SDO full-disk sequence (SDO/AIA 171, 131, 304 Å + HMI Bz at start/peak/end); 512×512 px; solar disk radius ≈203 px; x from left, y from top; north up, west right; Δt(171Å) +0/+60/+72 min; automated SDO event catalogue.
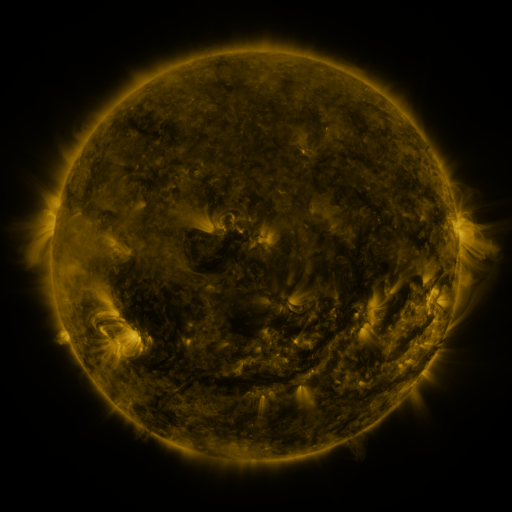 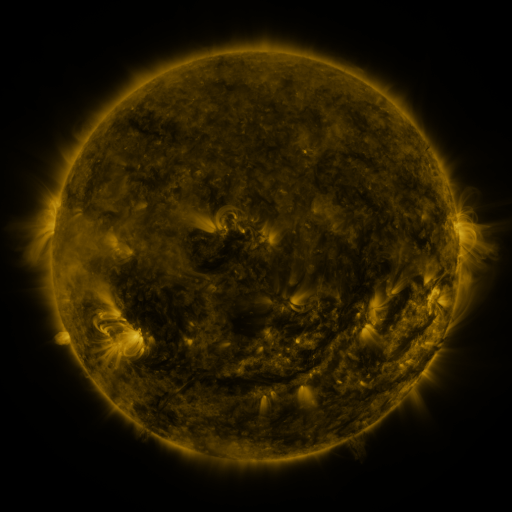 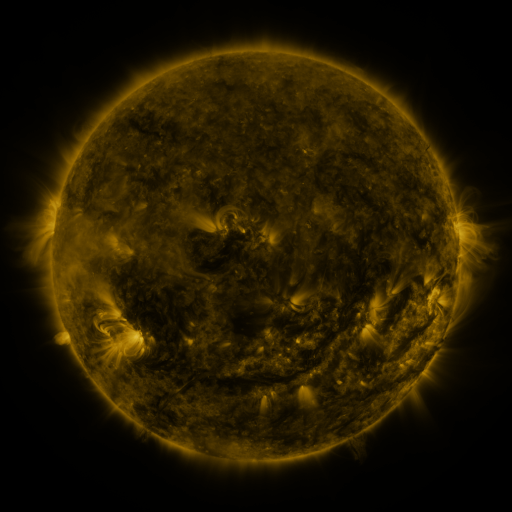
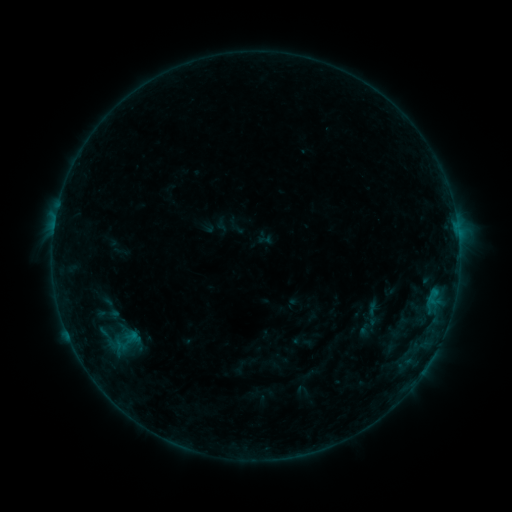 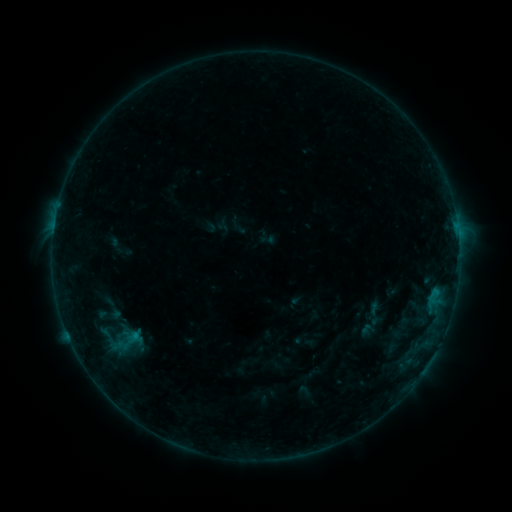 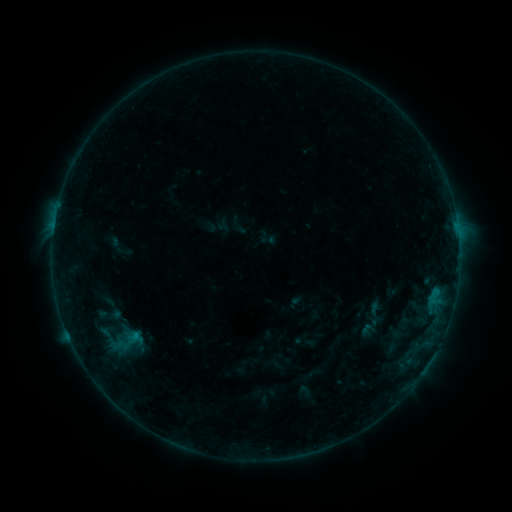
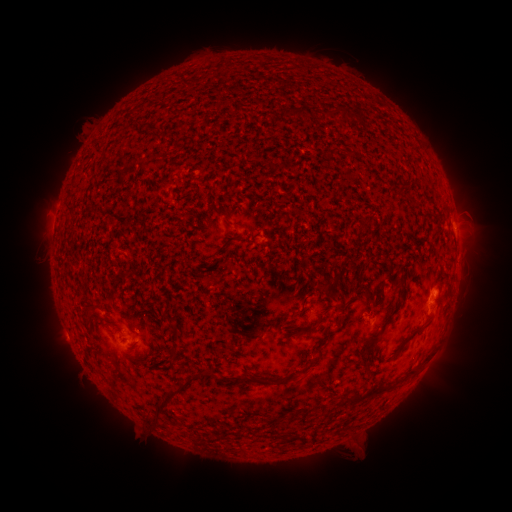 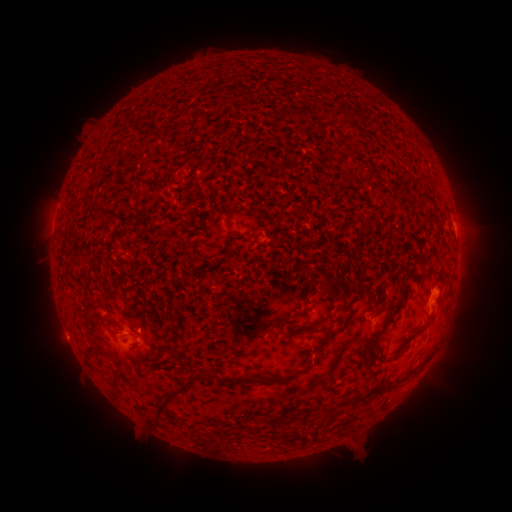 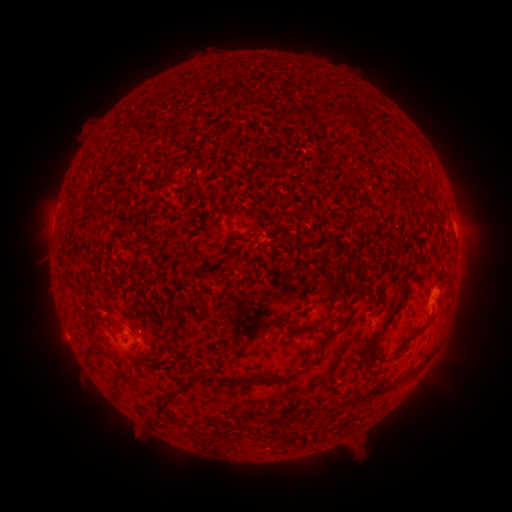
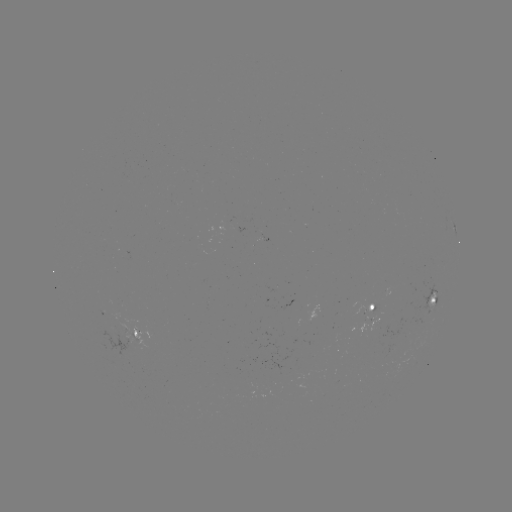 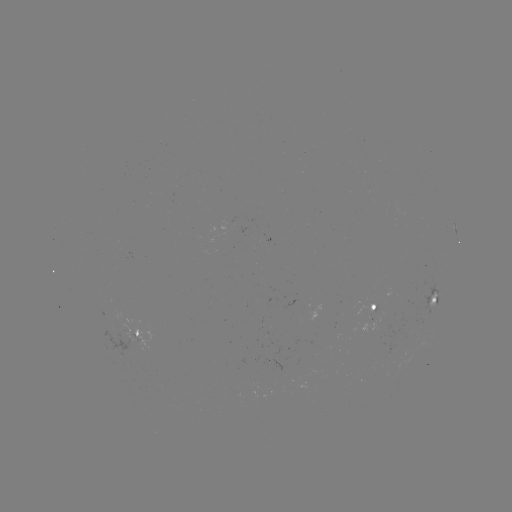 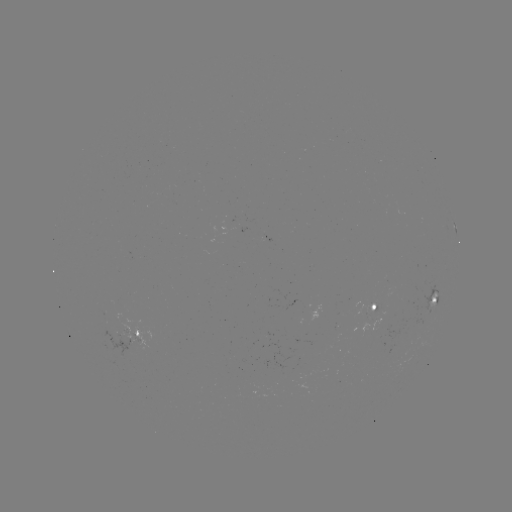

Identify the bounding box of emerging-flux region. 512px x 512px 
[117, 323, 137, 343].